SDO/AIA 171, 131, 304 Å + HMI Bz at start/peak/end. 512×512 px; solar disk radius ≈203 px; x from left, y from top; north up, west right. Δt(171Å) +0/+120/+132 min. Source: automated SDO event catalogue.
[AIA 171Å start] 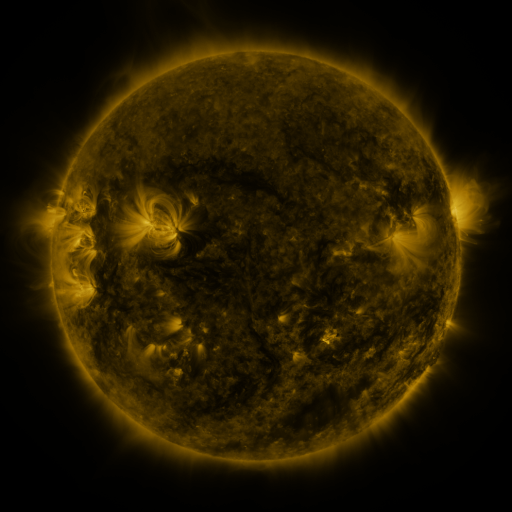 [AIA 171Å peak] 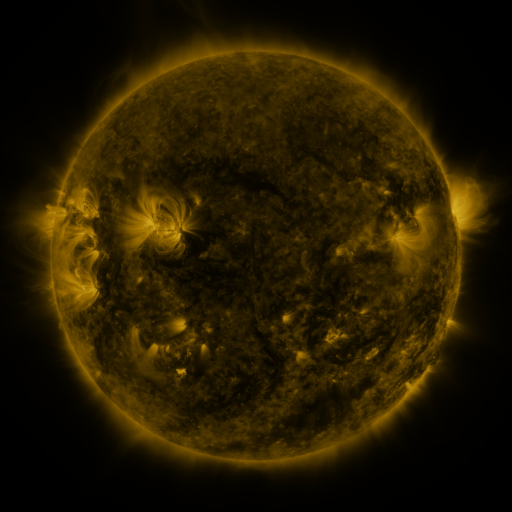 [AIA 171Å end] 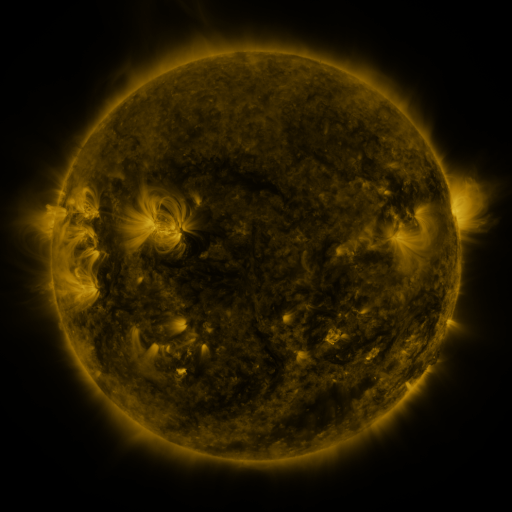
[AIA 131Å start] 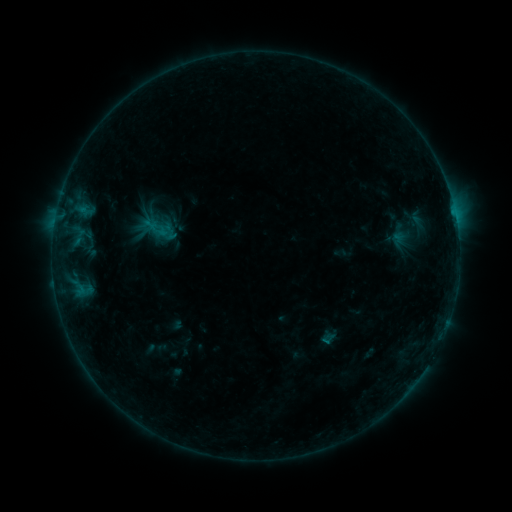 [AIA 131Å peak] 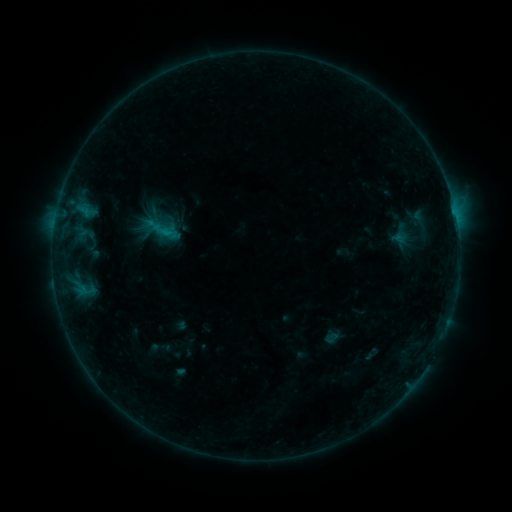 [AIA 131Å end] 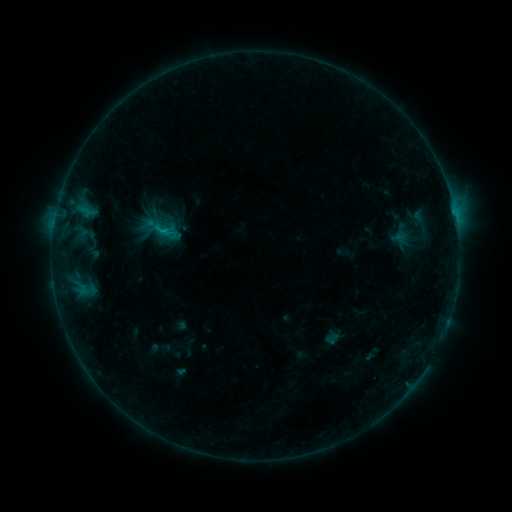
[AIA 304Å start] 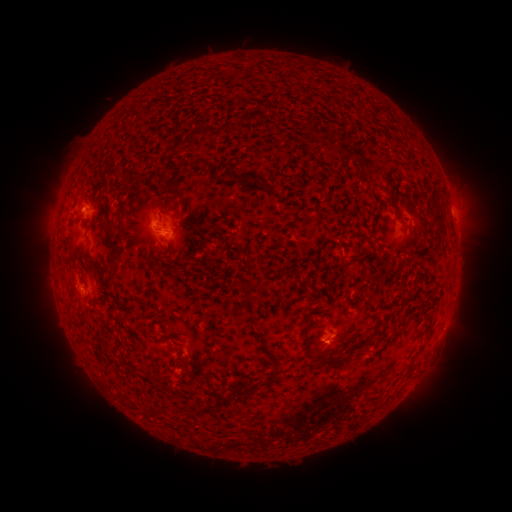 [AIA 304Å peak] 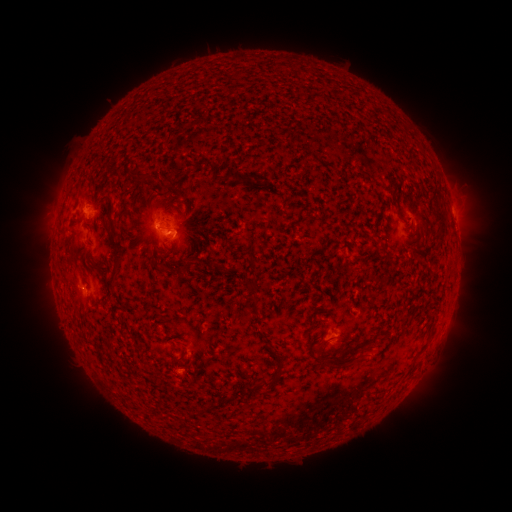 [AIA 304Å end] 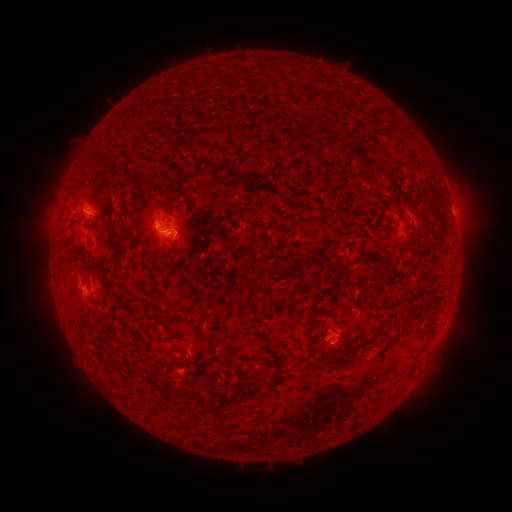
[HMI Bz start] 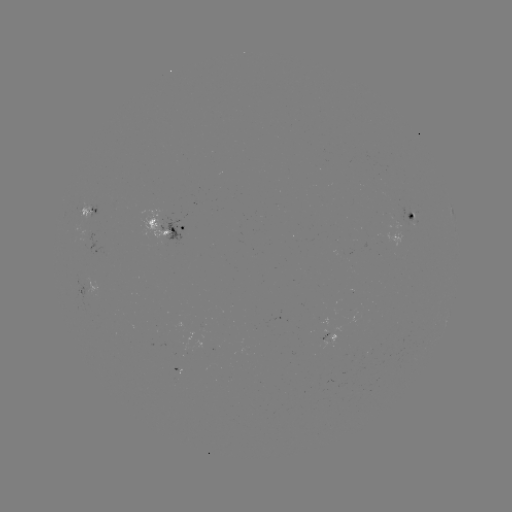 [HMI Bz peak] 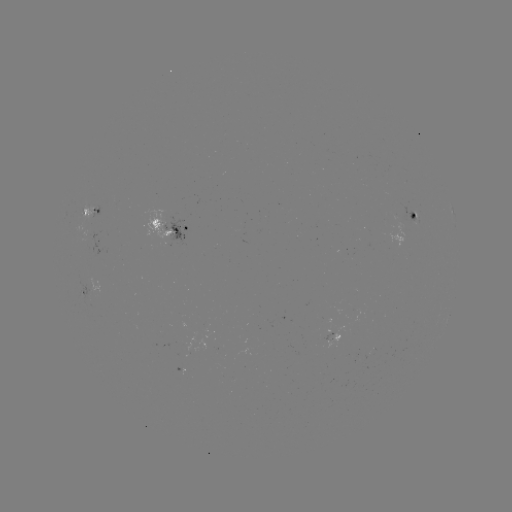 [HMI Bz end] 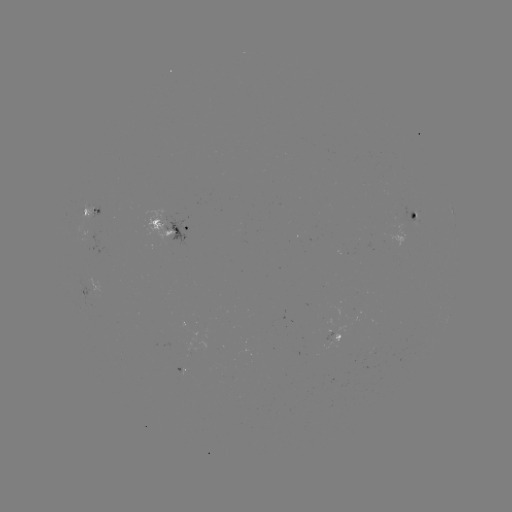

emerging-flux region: <bbox>329, 333, 339, 344</bbox>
